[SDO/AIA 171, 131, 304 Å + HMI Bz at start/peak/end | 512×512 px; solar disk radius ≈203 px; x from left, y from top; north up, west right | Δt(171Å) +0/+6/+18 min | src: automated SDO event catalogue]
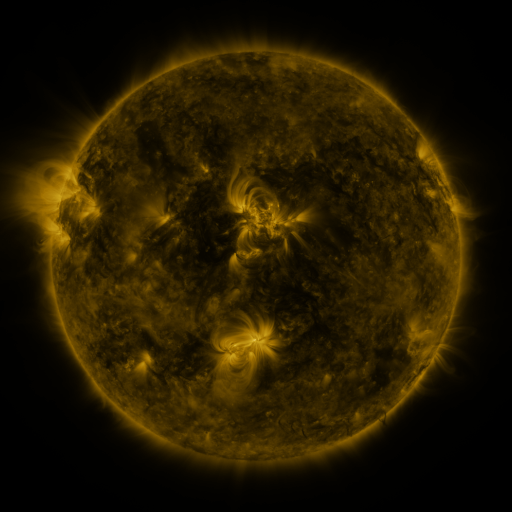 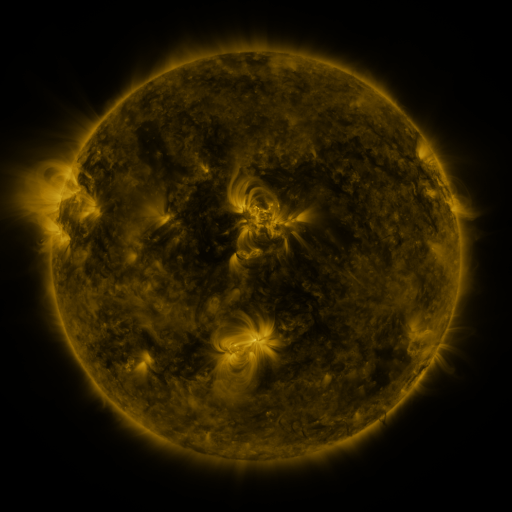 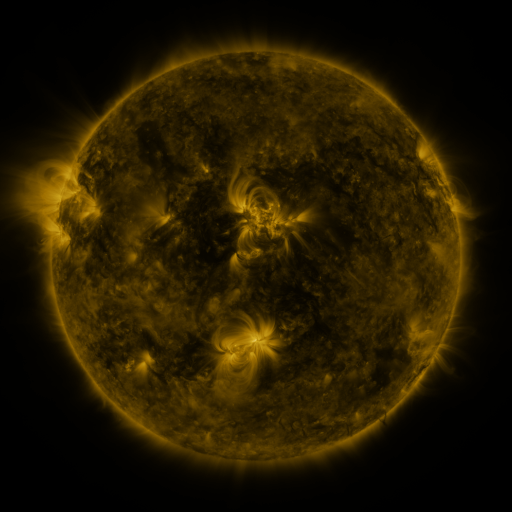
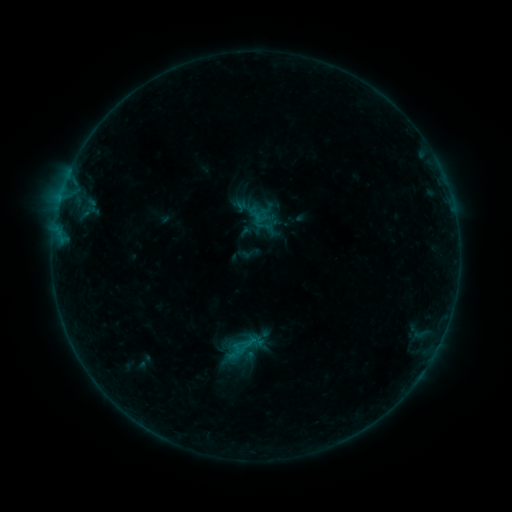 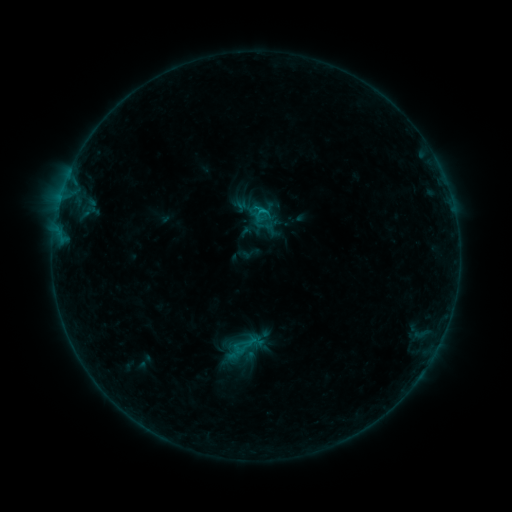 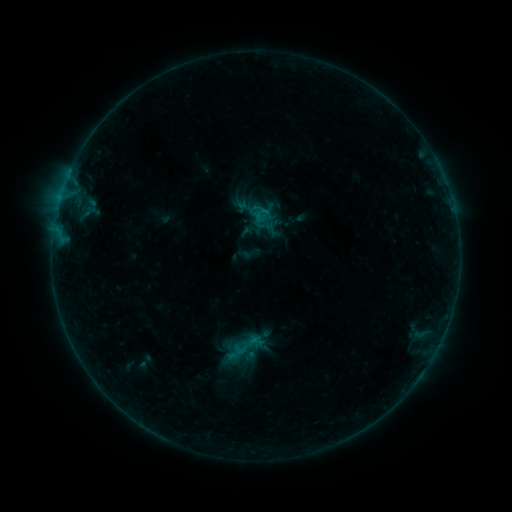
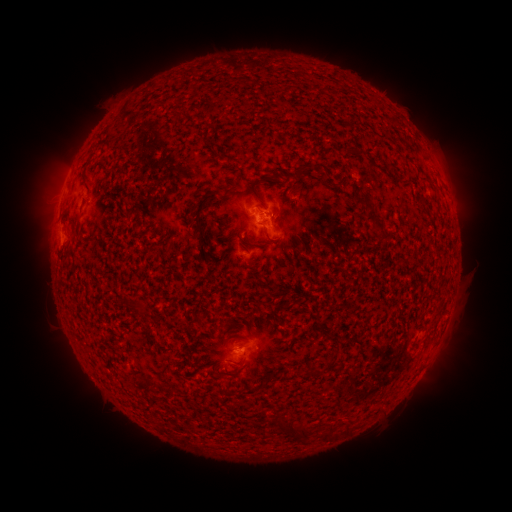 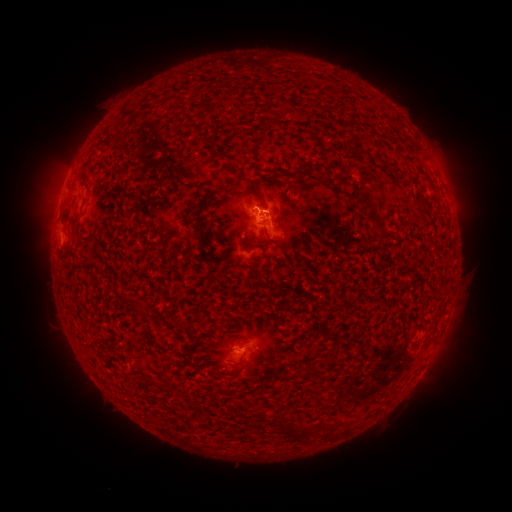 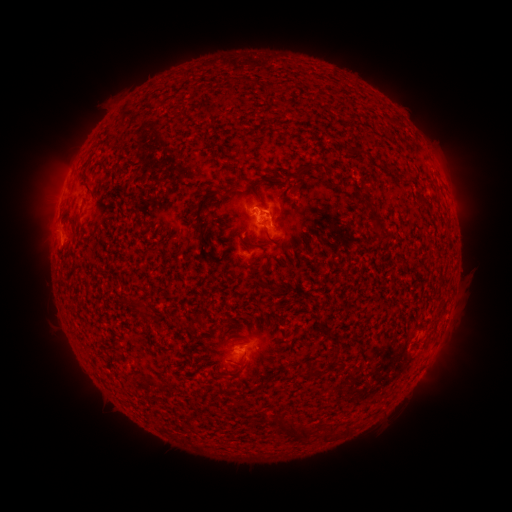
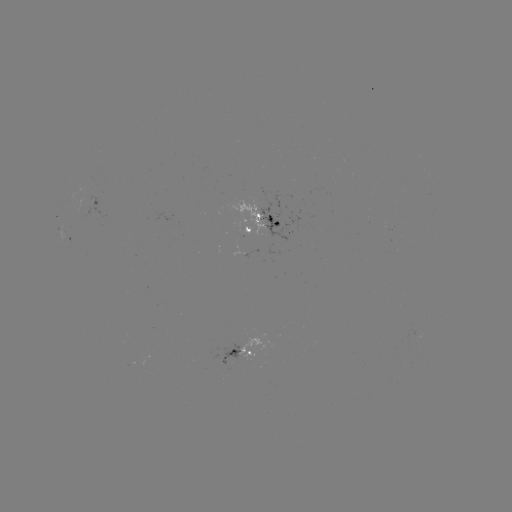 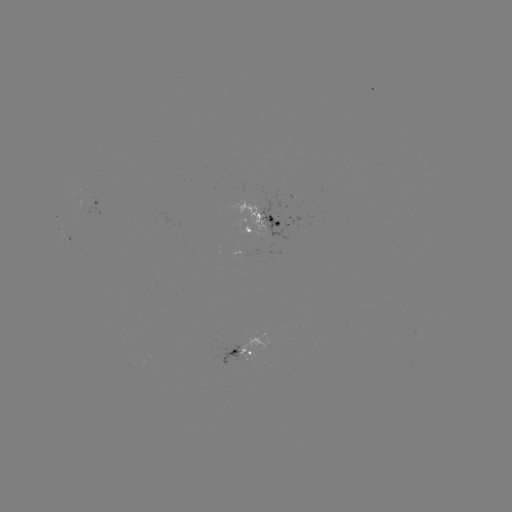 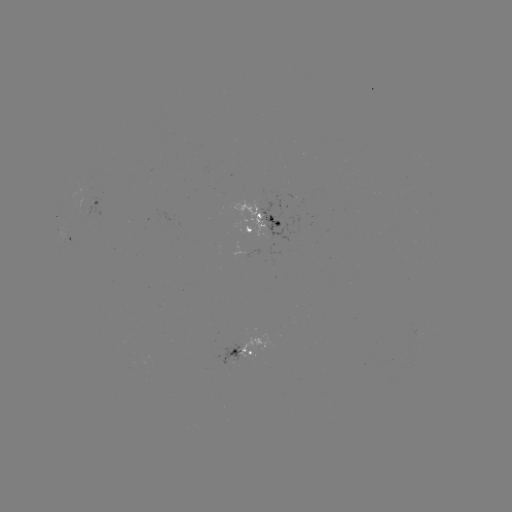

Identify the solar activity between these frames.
B5.1 flare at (259, 213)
